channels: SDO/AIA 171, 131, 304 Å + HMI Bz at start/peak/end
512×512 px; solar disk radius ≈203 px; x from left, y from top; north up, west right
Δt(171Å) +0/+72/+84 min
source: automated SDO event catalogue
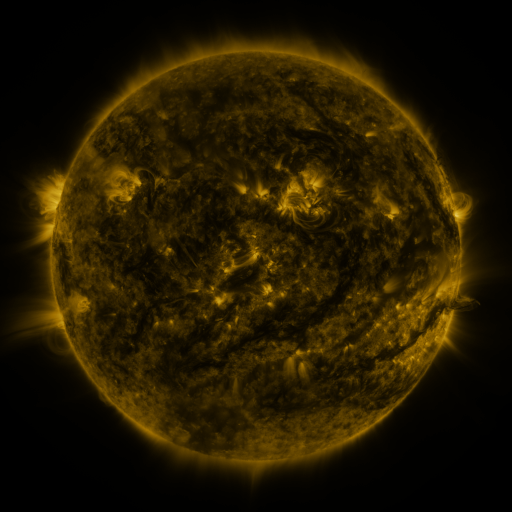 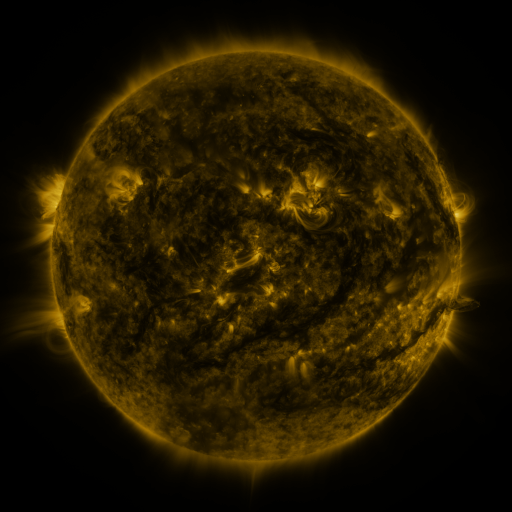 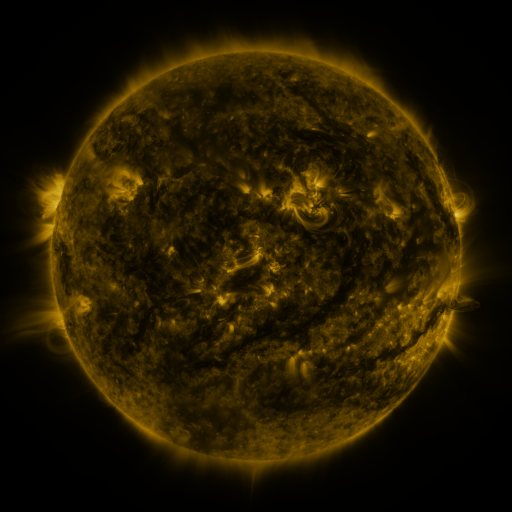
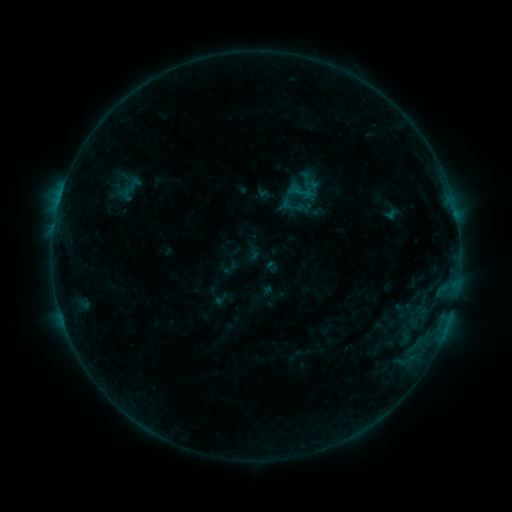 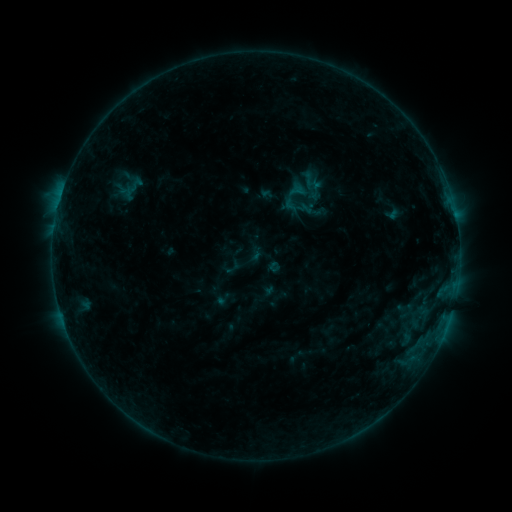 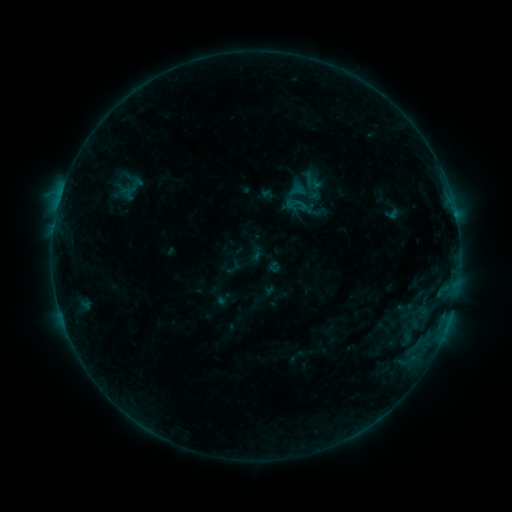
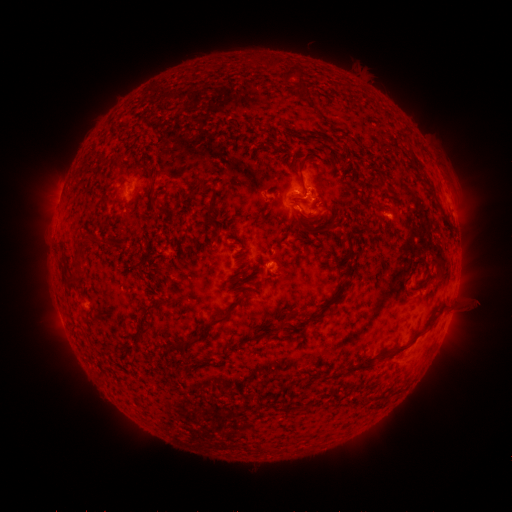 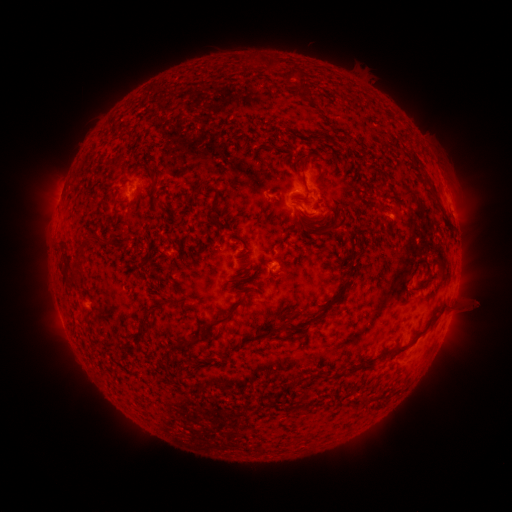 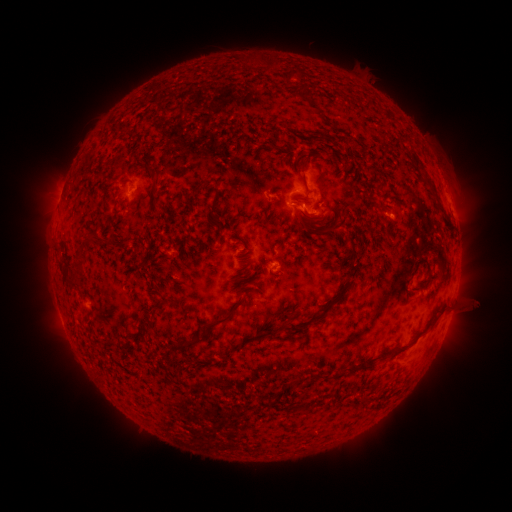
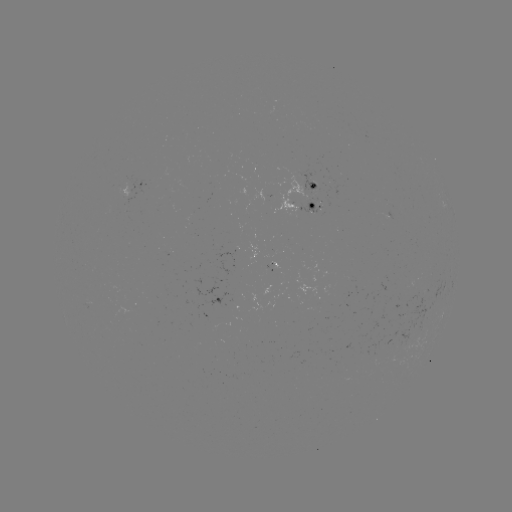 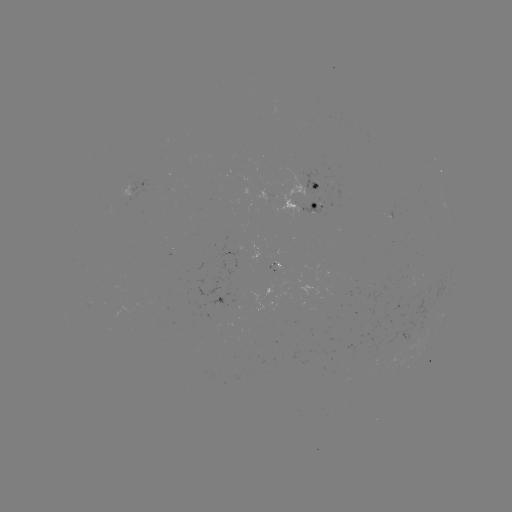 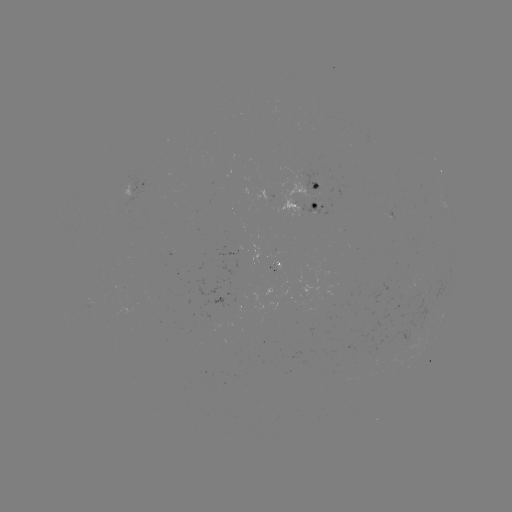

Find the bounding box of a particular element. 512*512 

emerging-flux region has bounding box [267, 256, 274, 272].